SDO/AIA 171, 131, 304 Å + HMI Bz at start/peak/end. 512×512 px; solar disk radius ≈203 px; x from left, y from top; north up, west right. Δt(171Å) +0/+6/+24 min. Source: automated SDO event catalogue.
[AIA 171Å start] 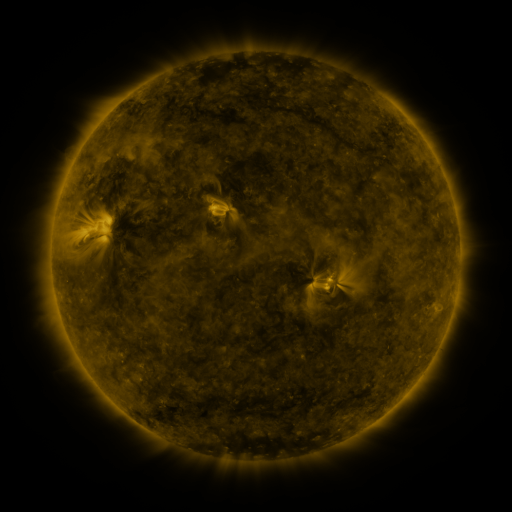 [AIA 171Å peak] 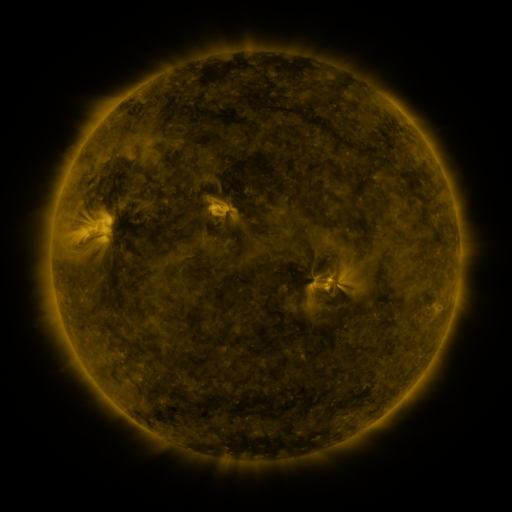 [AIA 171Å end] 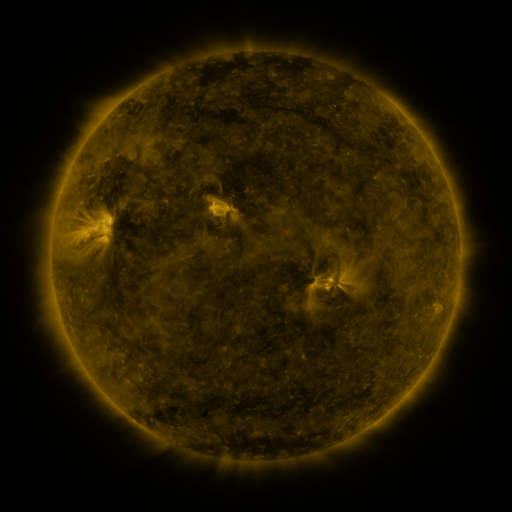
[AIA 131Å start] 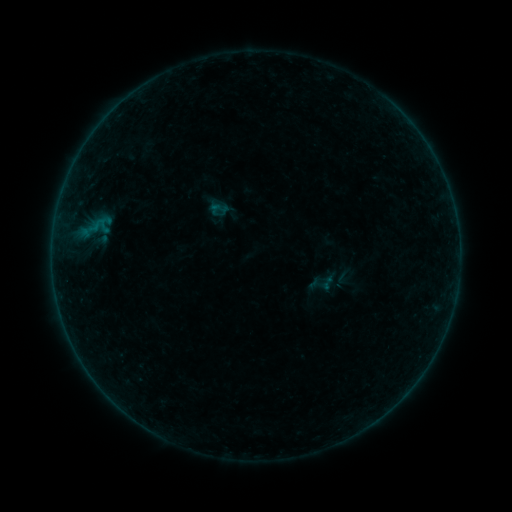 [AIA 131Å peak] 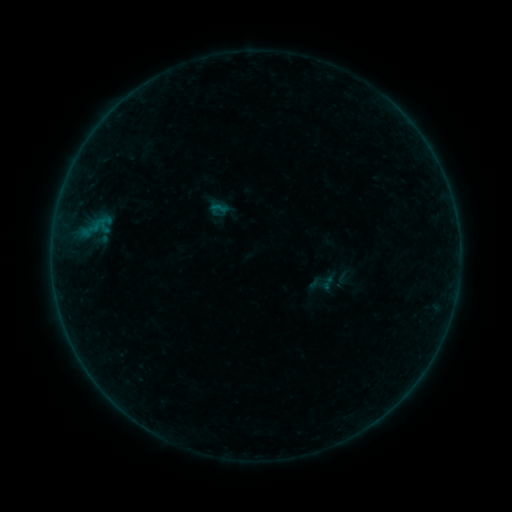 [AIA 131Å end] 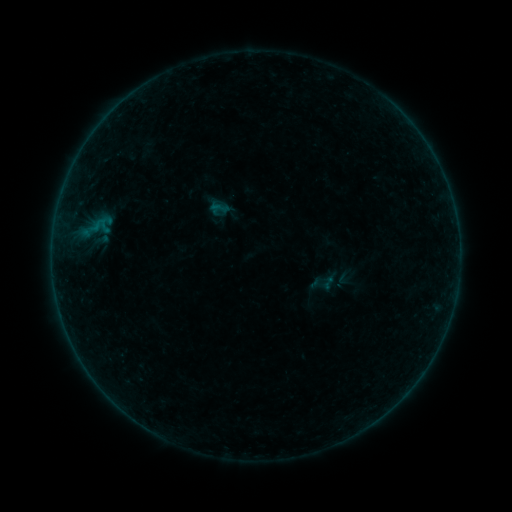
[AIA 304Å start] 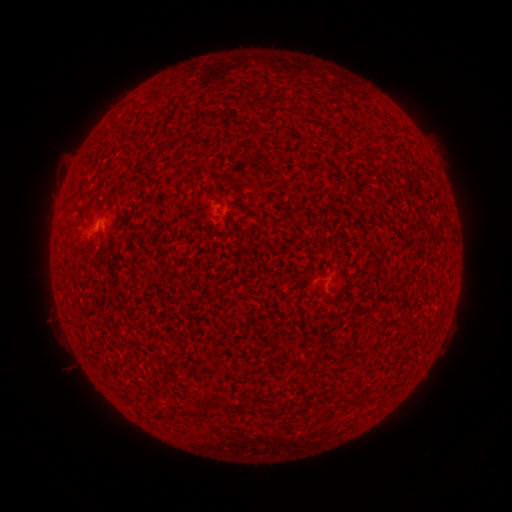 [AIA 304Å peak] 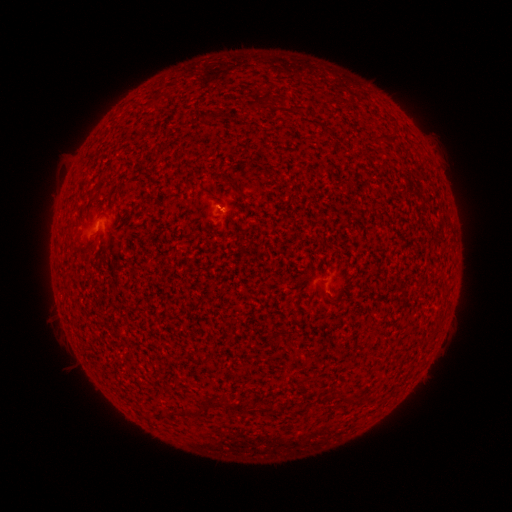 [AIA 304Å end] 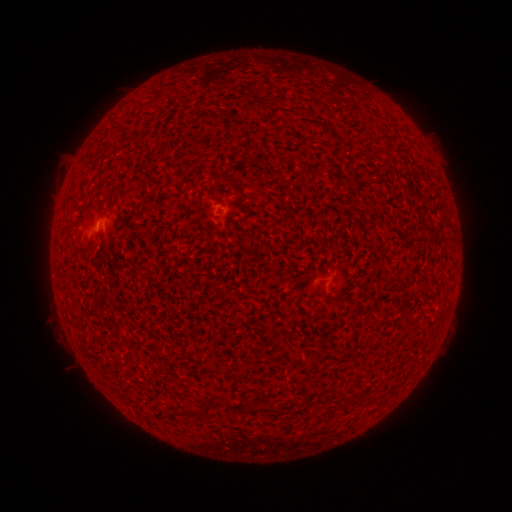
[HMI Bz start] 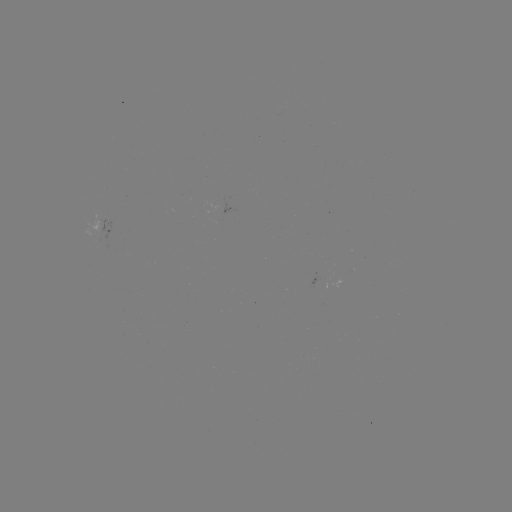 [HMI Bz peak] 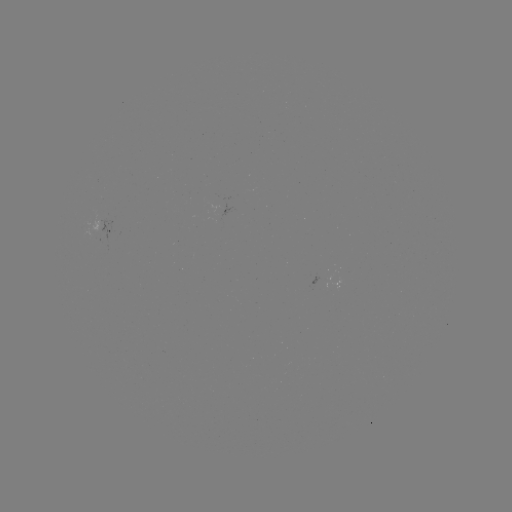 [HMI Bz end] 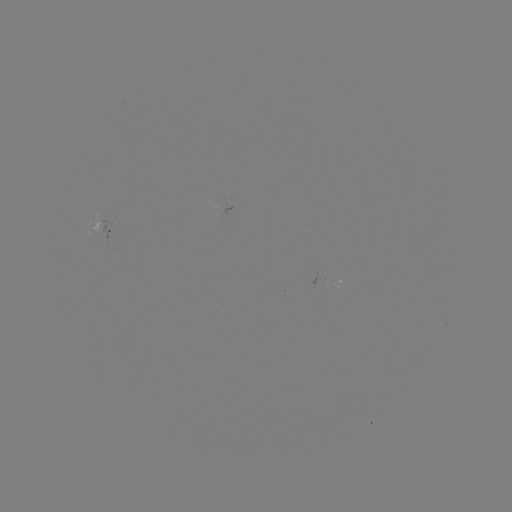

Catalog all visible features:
A5.5 flare: (221, 209)
